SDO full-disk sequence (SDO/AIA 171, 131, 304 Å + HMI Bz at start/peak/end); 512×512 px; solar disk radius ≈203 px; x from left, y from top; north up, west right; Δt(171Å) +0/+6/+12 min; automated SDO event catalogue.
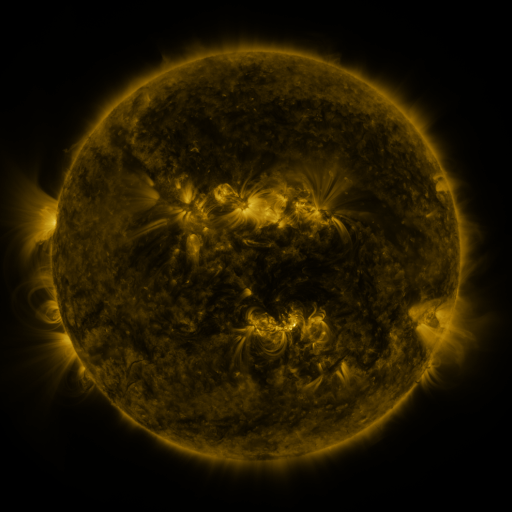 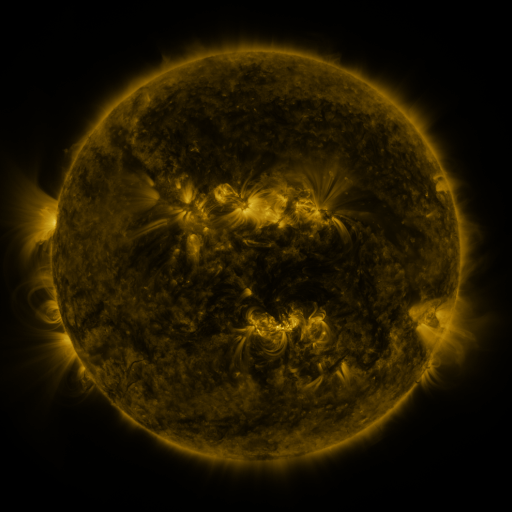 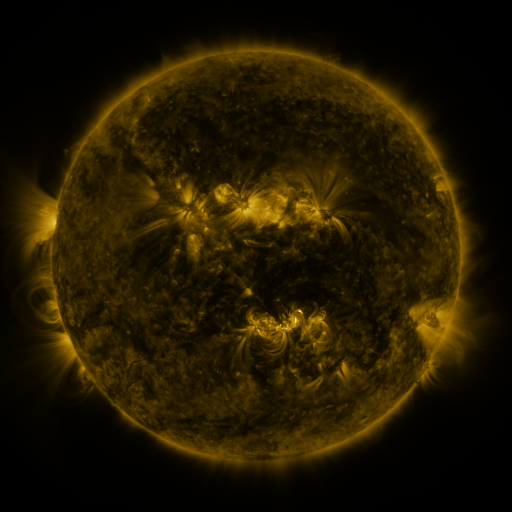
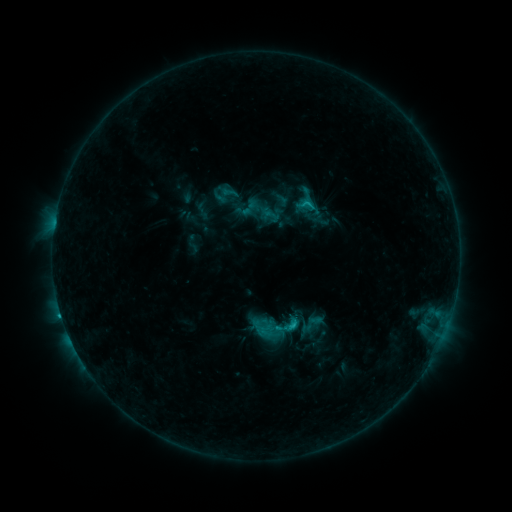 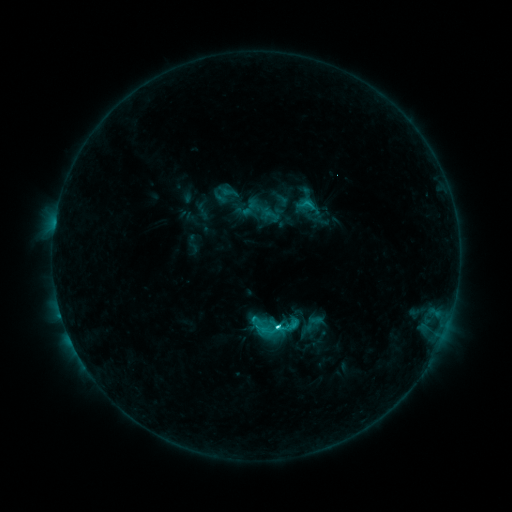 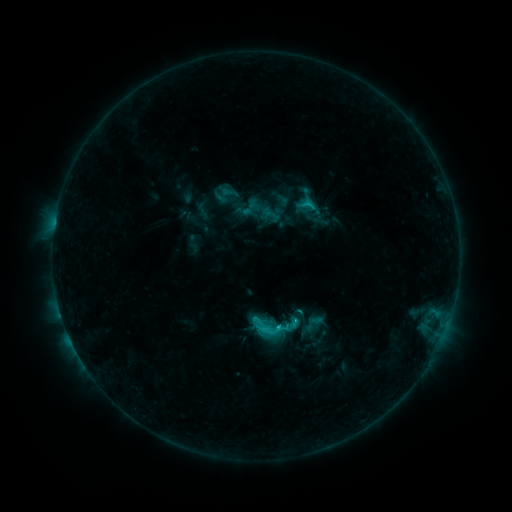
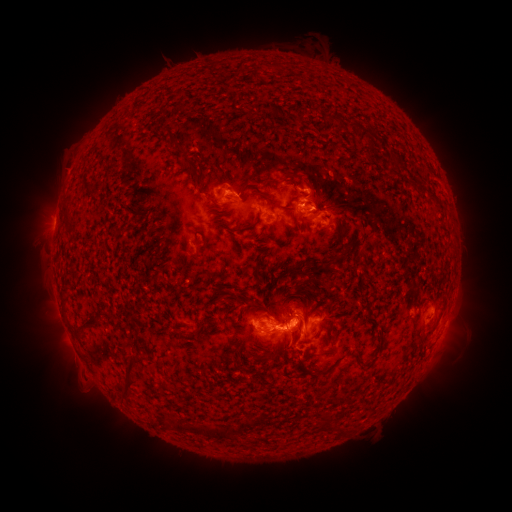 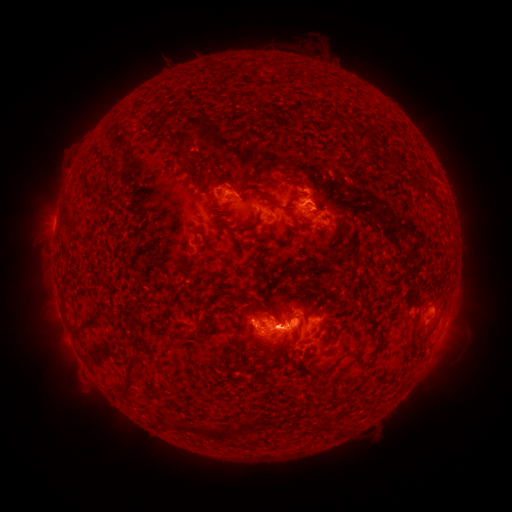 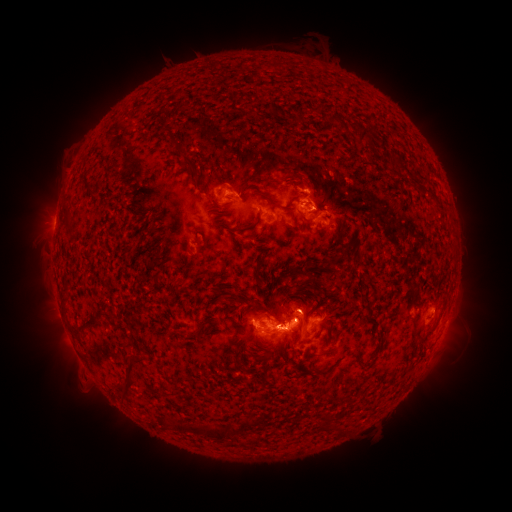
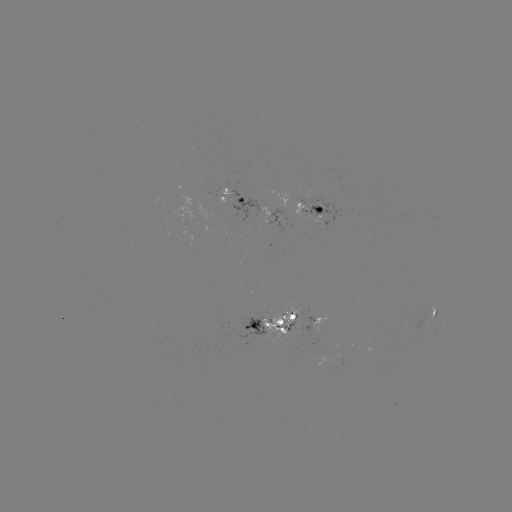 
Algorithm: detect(C4.2 flare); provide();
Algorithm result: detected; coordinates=[276, 326]